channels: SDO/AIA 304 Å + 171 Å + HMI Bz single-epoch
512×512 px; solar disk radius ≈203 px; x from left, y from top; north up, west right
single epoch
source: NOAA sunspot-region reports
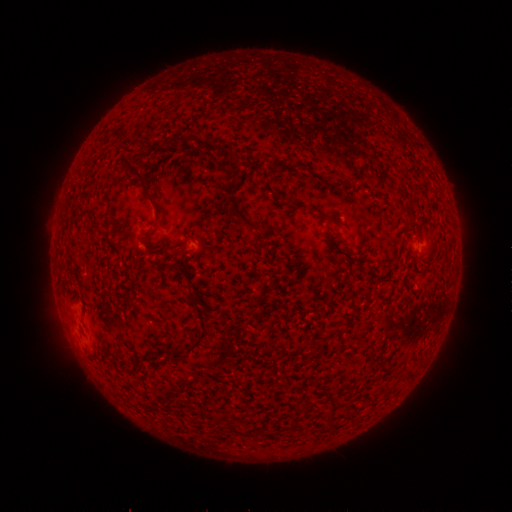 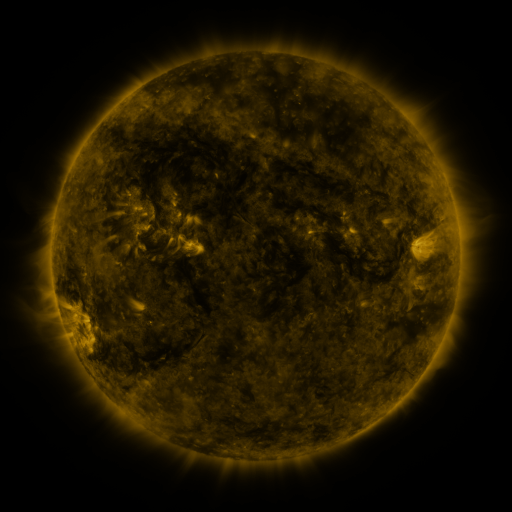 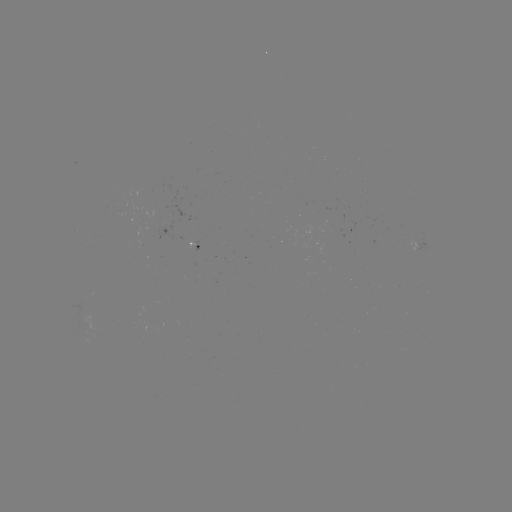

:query spotted active region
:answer (200, 245)